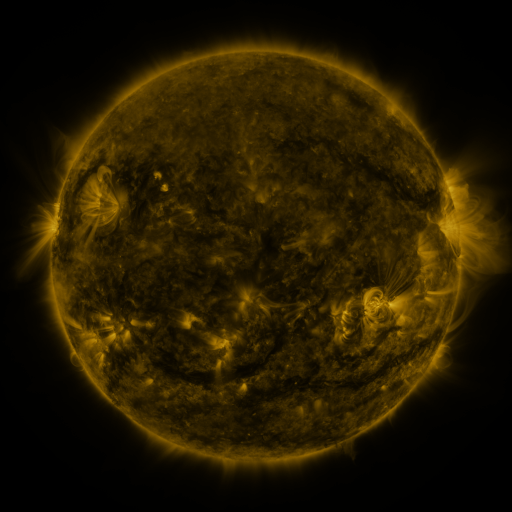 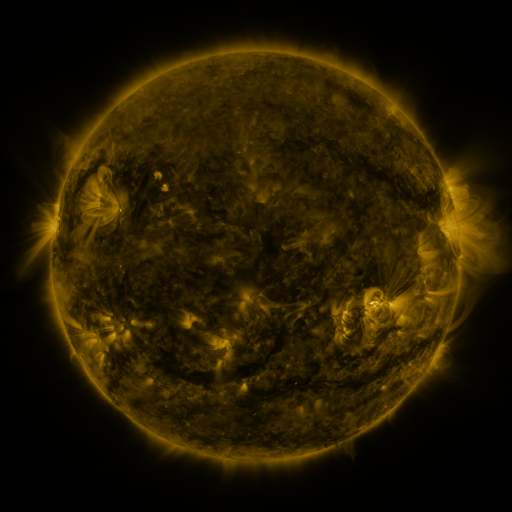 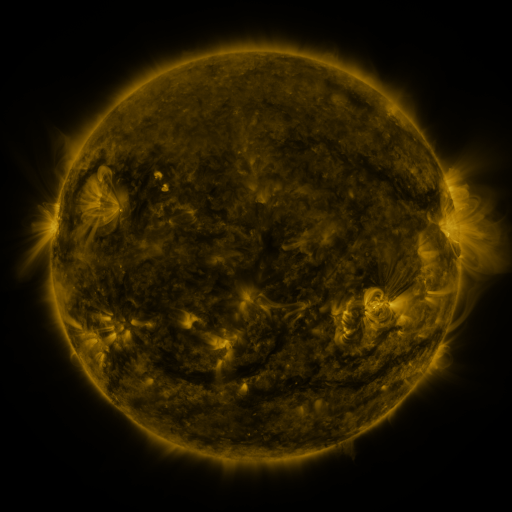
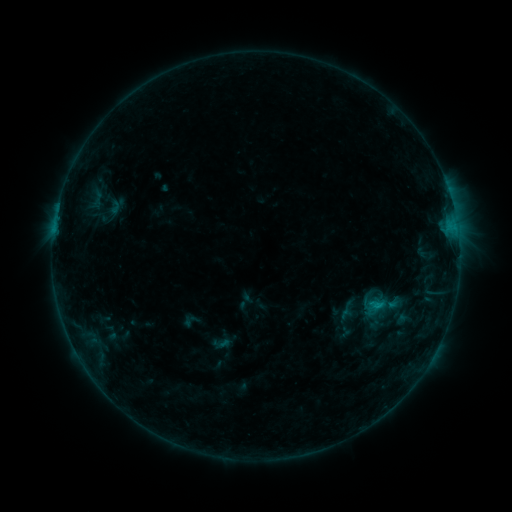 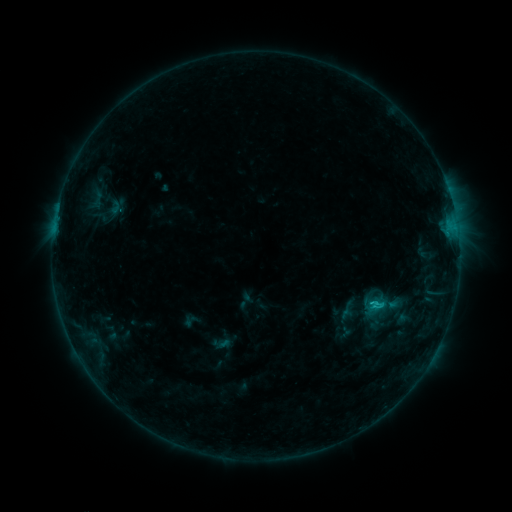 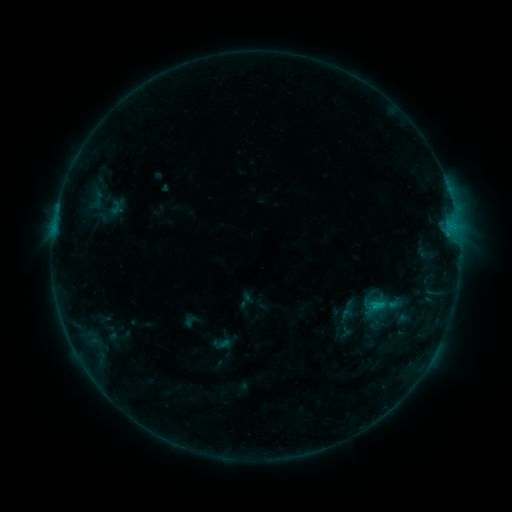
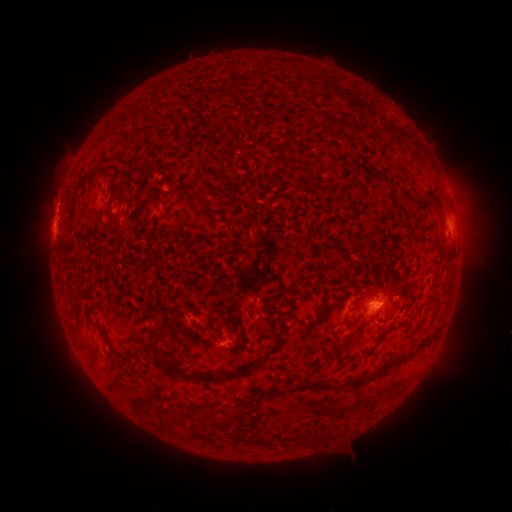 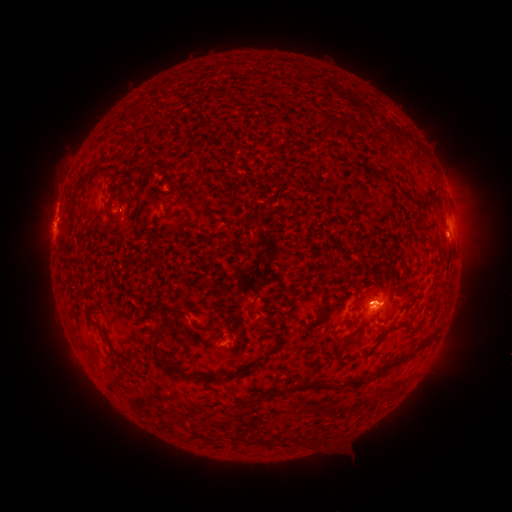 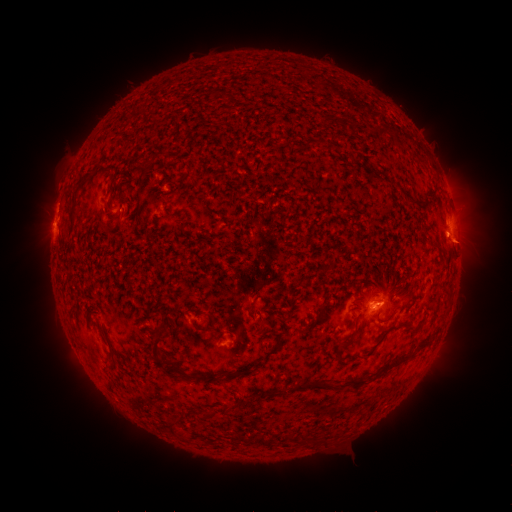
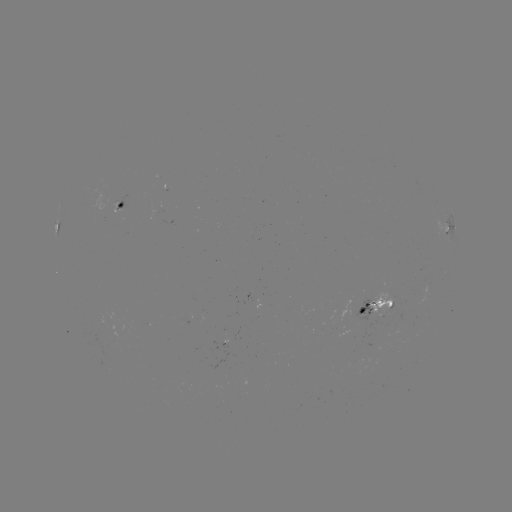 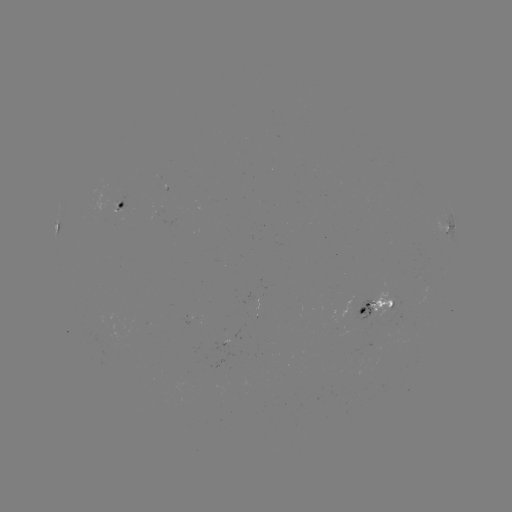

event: flare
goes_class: B8.3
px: (375, 305)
